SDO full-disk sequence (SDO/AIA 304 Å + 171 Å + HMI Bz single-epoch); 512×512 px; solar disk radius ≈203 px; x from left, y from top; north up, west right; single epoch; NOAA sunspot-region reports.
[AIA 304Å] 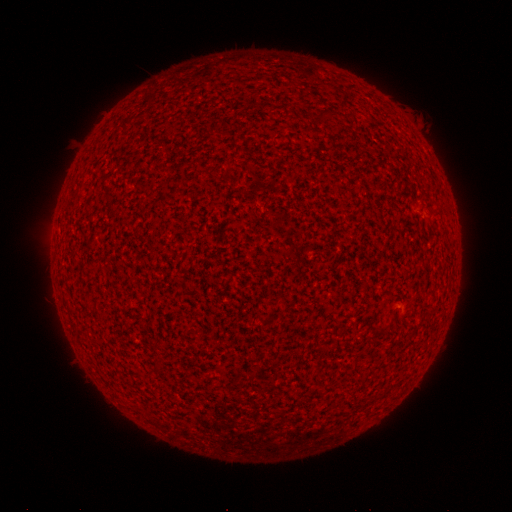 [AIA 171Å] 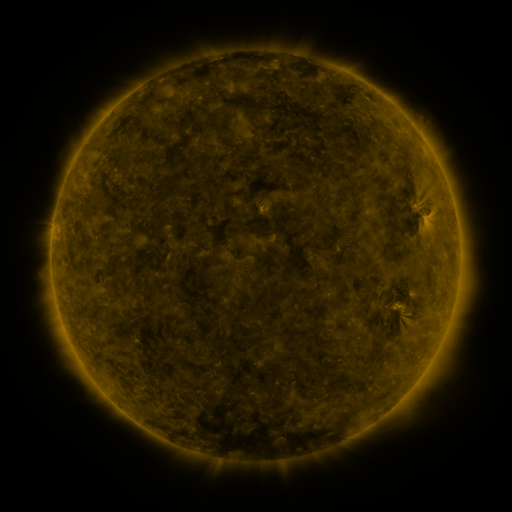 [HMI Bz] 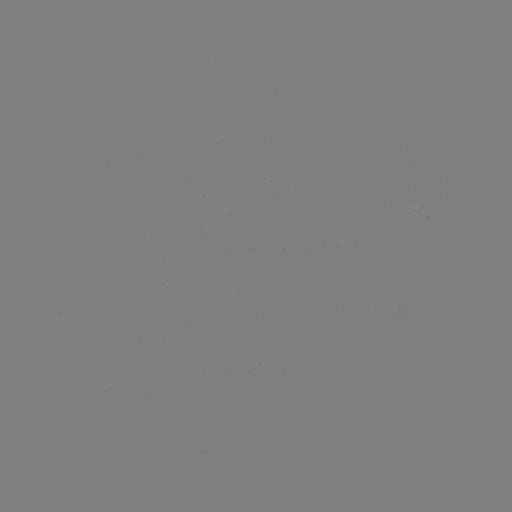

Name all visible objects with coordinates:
(none)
